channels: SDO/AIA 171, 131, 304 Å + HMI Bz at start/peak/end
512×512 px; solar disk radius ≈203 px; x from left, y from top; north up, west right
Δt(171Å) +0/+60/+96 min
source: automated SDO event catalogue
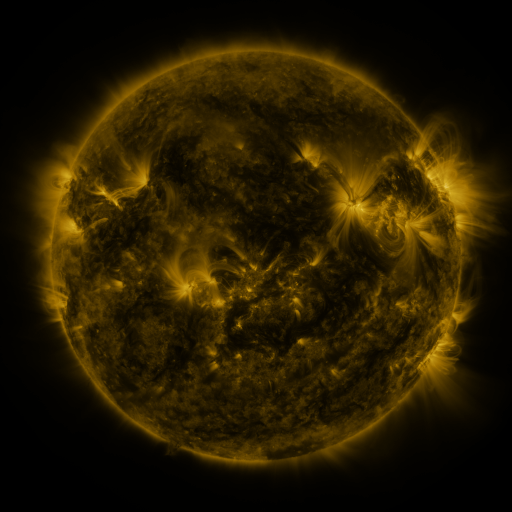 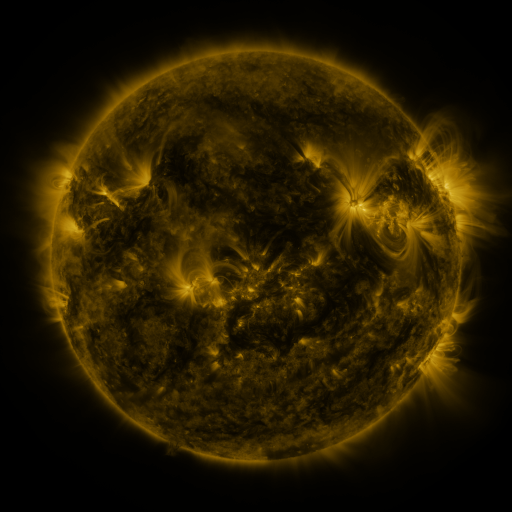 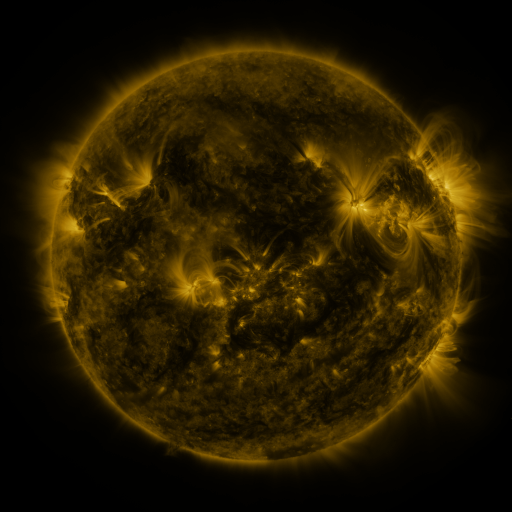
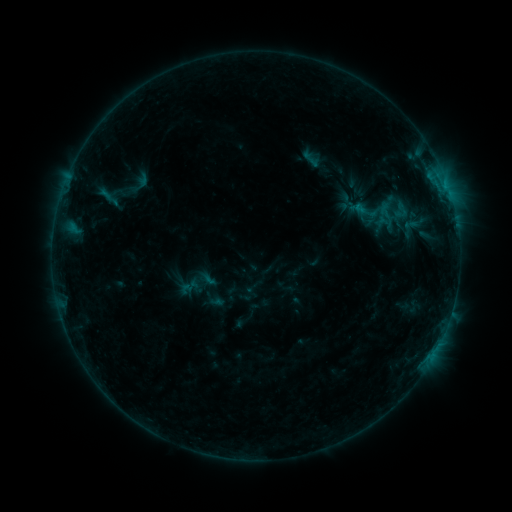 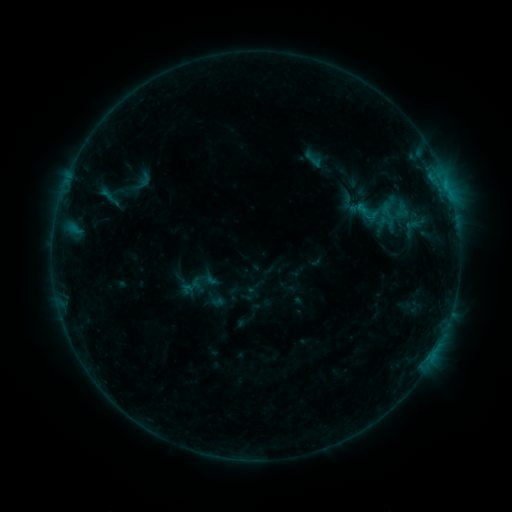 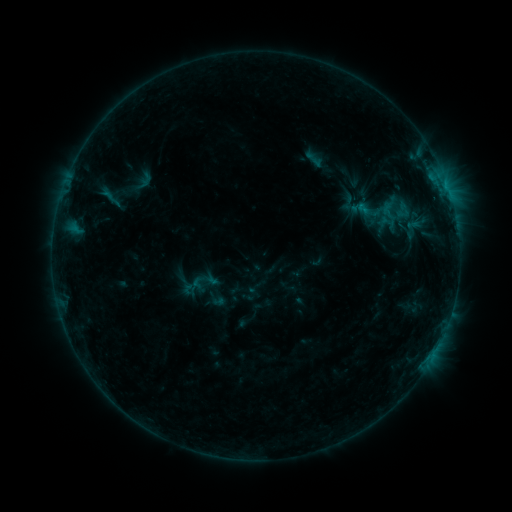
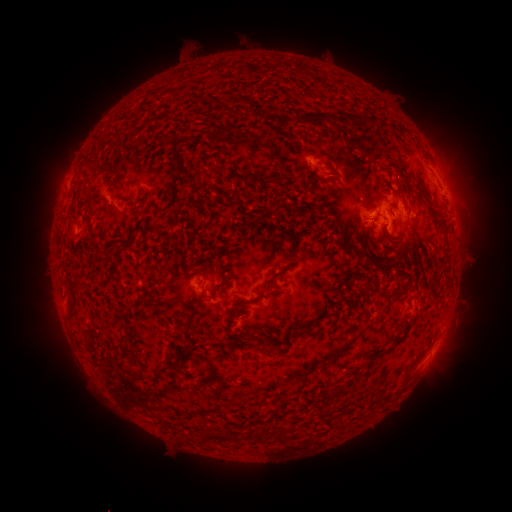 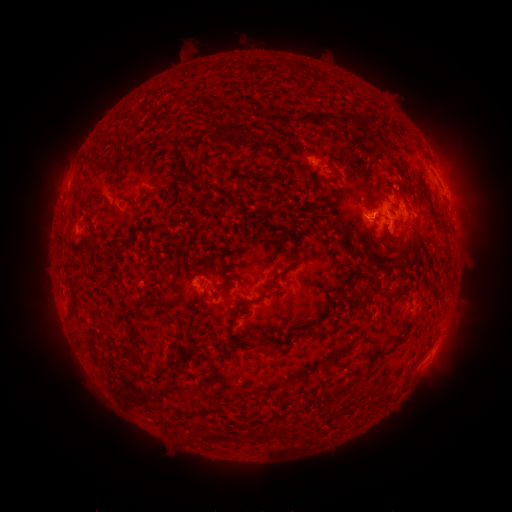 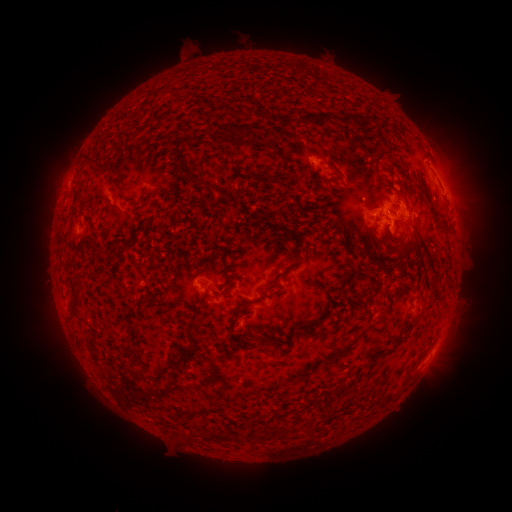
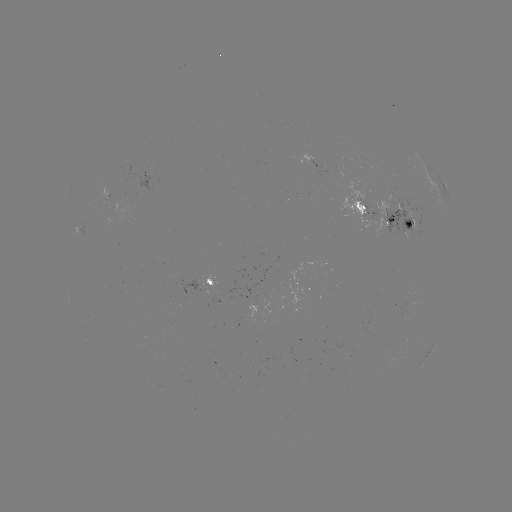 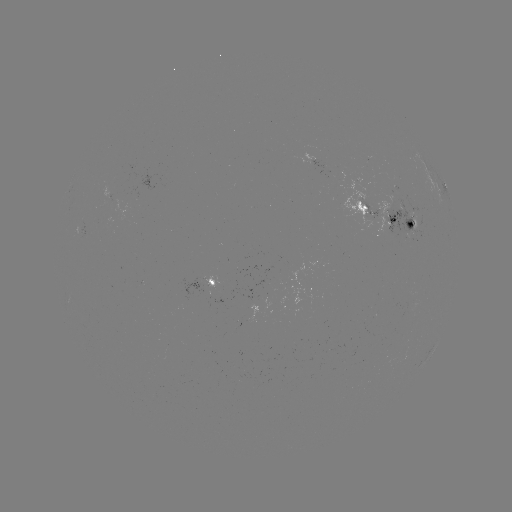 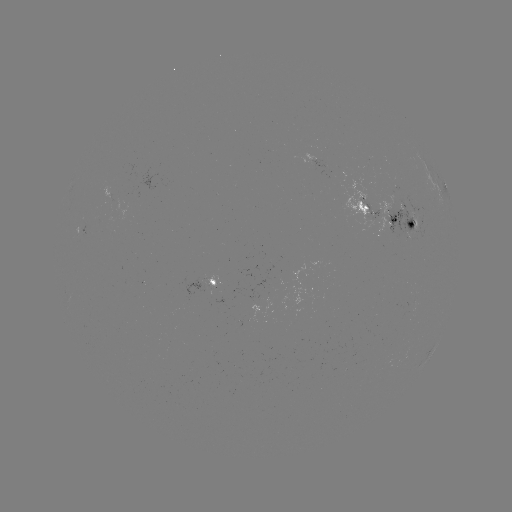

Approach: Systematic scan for emerging-flux region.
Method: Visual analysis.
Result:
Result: emerging-flux region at [401, 215].